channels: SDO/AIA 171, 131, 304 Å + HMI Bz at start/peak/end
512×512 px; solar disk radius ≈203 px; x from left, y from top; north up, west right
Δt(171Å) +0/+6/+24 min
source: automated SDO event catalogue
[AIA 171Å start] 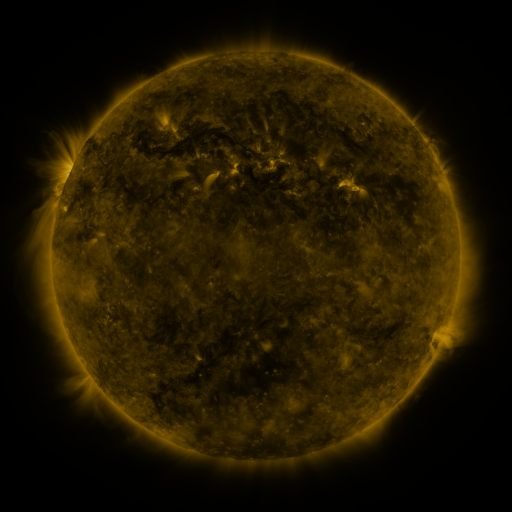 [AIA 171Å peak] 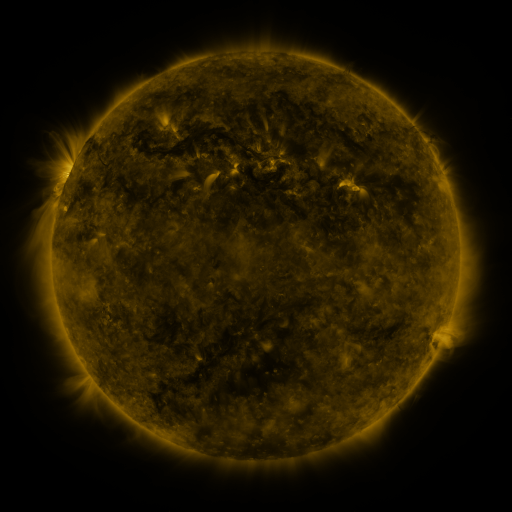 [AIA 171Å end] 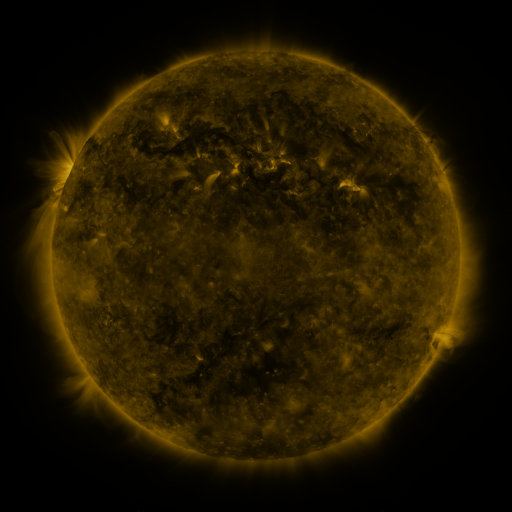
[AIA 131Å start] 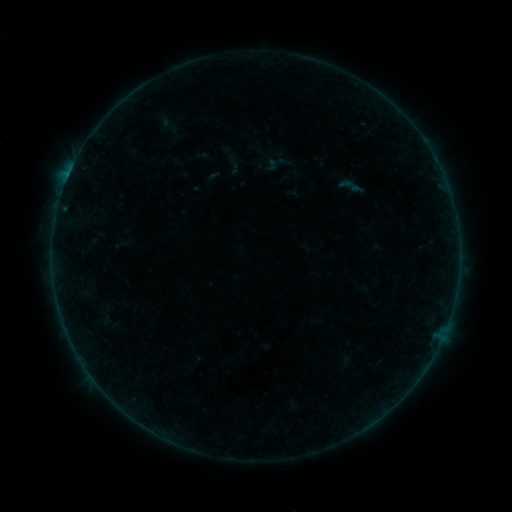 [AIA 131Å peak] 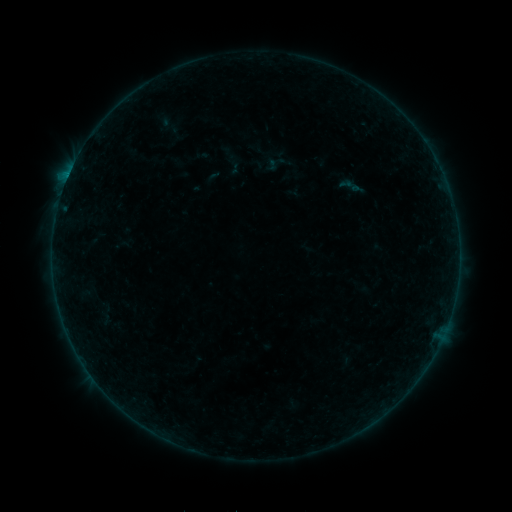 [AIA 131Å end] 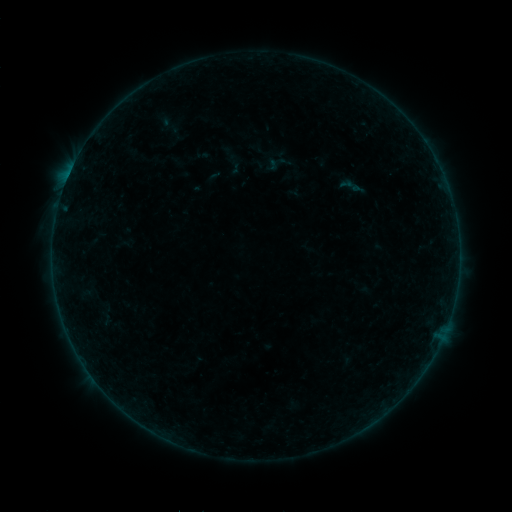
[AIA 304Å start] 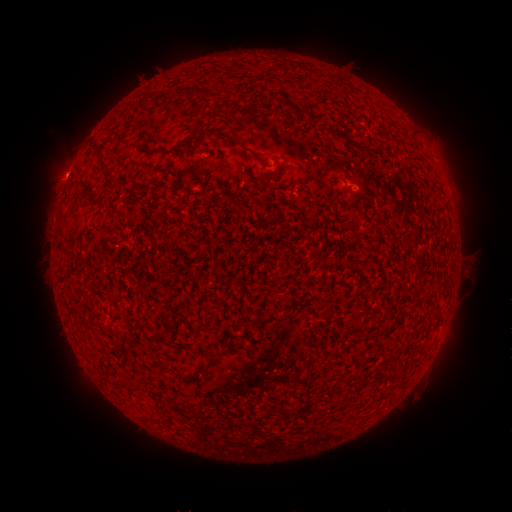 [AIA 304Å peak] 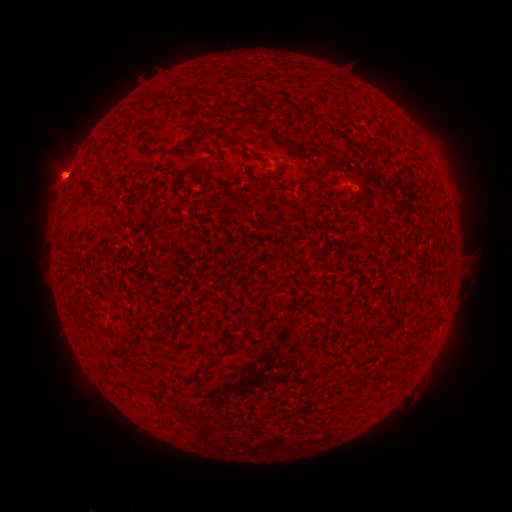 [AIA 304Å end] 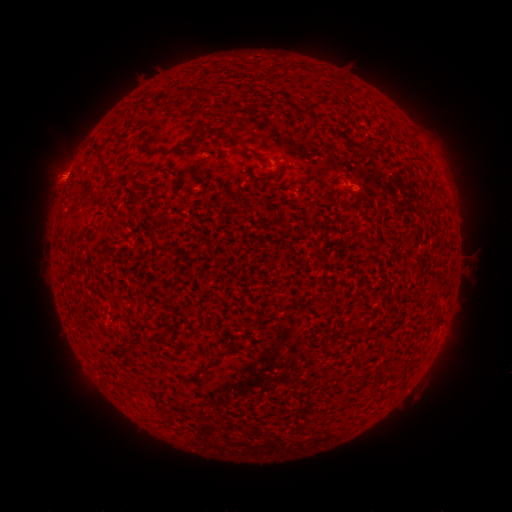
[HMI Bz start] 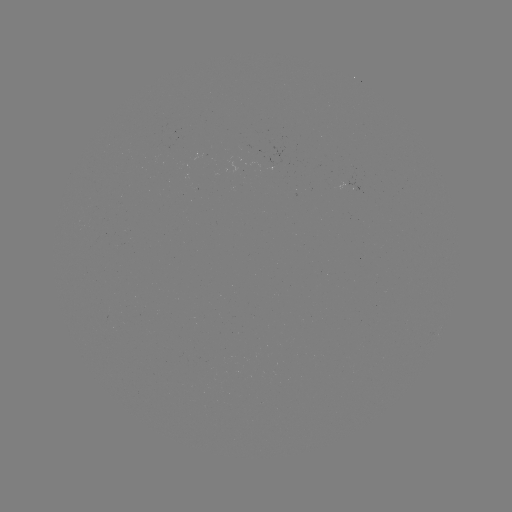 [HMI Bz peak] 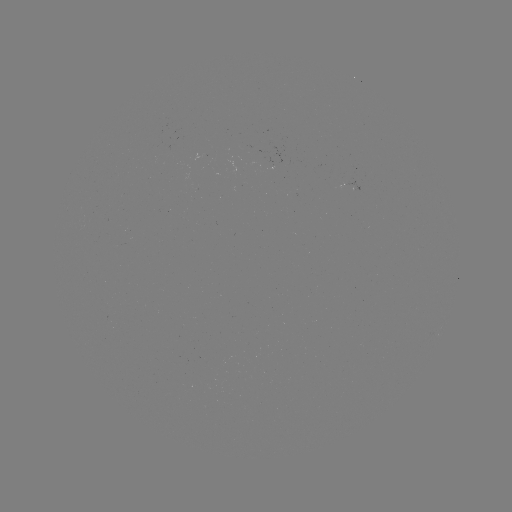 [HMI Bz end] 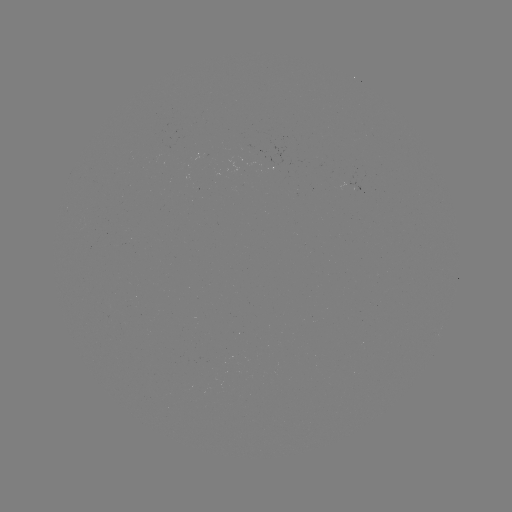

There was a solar flare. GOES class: B2.7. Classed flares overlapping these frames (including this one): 2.